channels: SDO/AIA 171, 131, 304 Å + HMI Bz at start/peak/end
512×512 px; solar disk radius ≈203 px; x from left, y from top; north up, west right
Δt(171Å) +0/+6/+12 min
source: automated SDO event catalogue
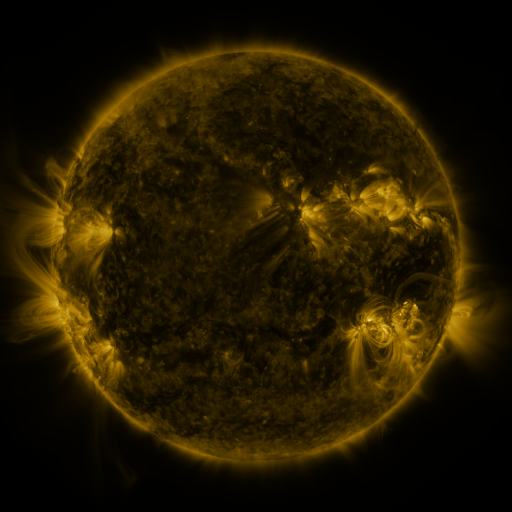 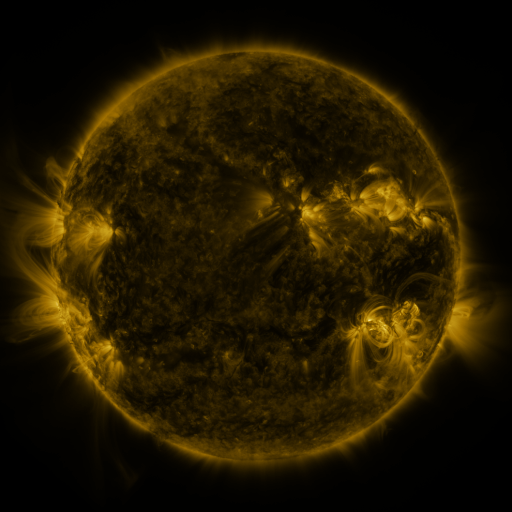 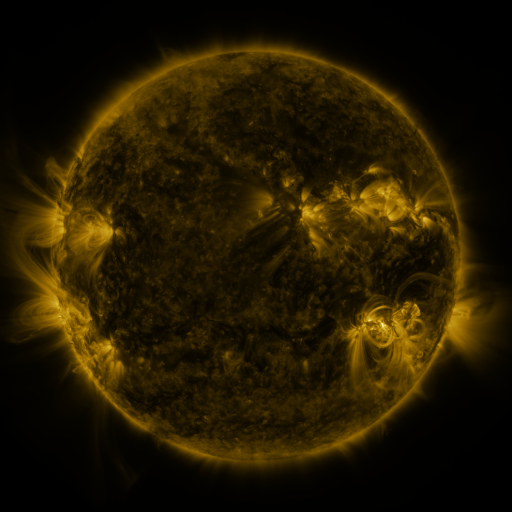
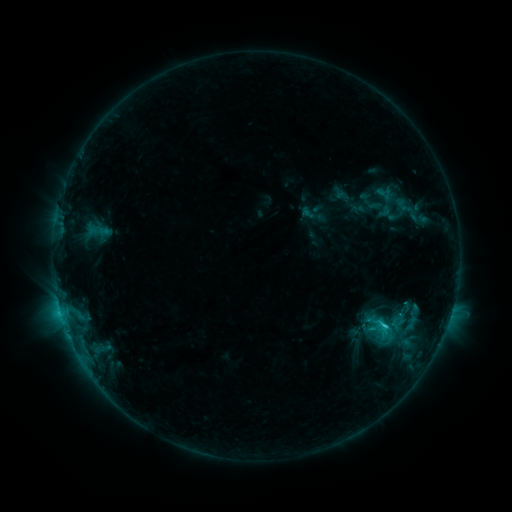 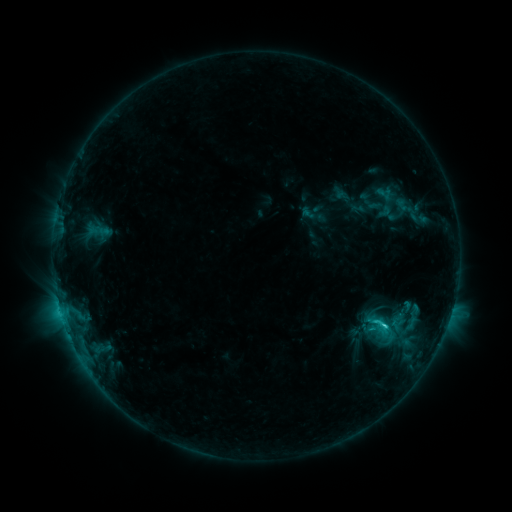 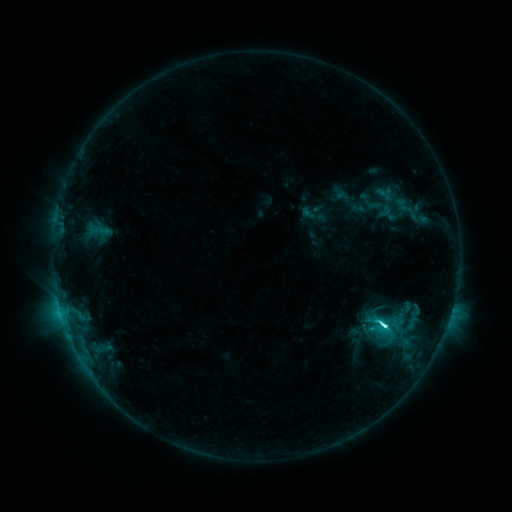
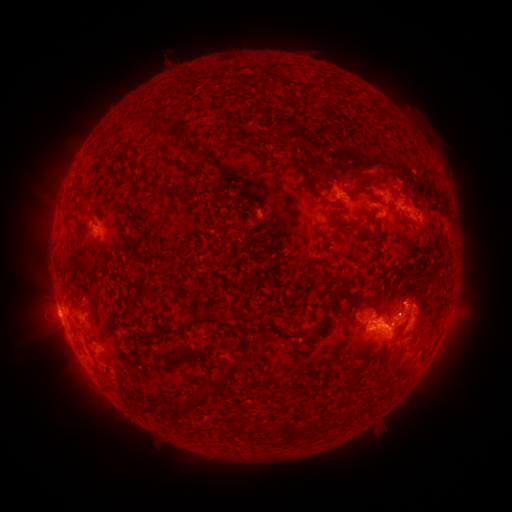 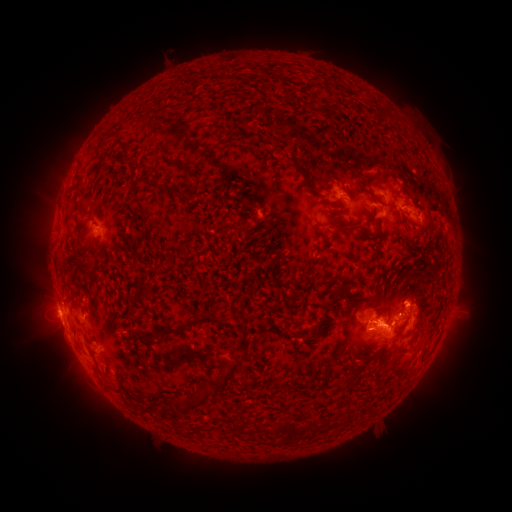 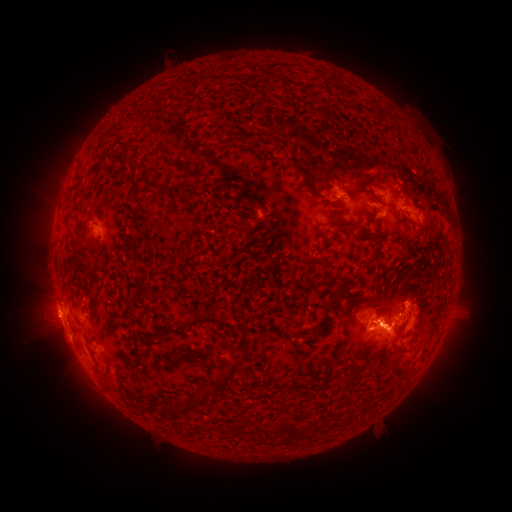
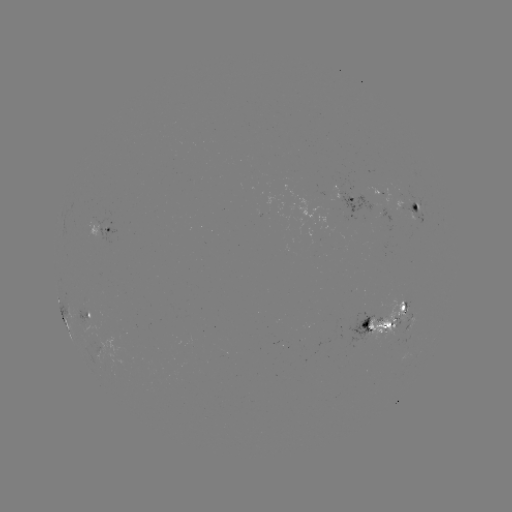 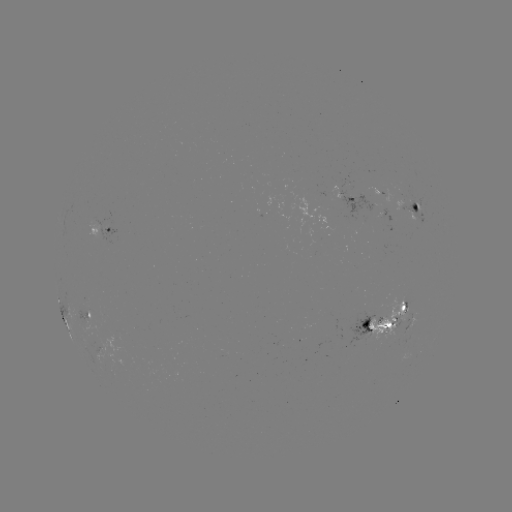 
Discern C5.8 flare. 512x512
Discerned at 383,324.